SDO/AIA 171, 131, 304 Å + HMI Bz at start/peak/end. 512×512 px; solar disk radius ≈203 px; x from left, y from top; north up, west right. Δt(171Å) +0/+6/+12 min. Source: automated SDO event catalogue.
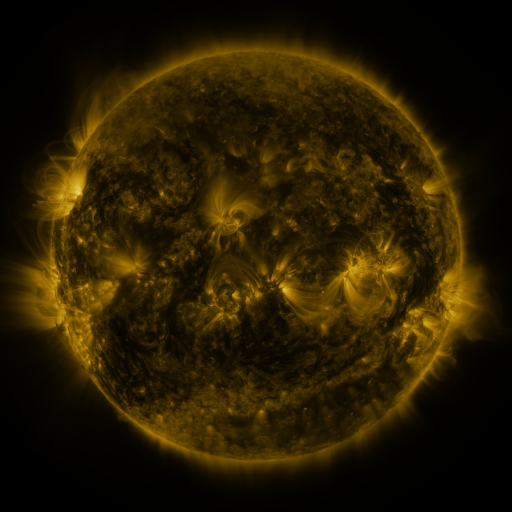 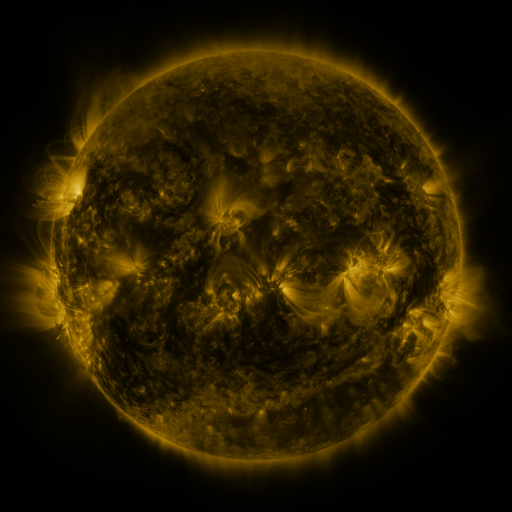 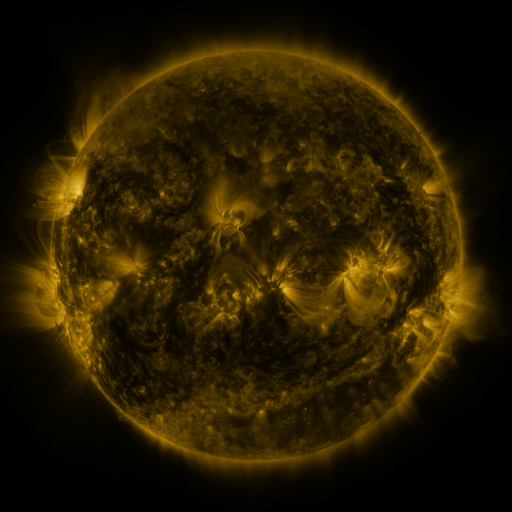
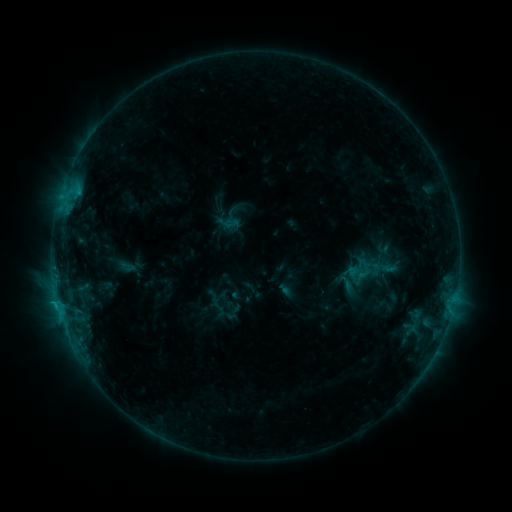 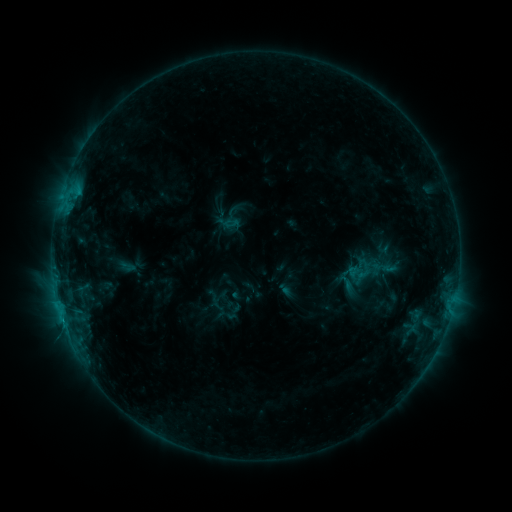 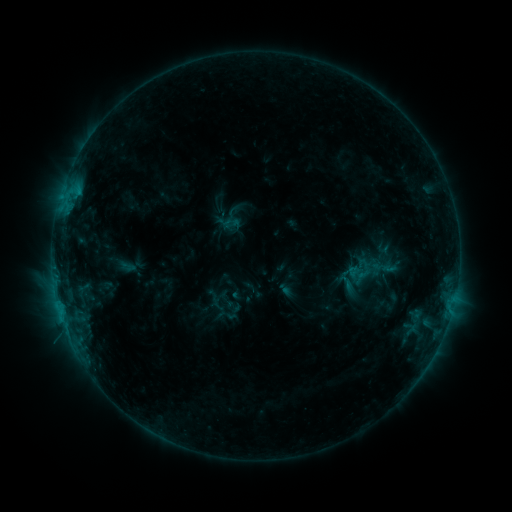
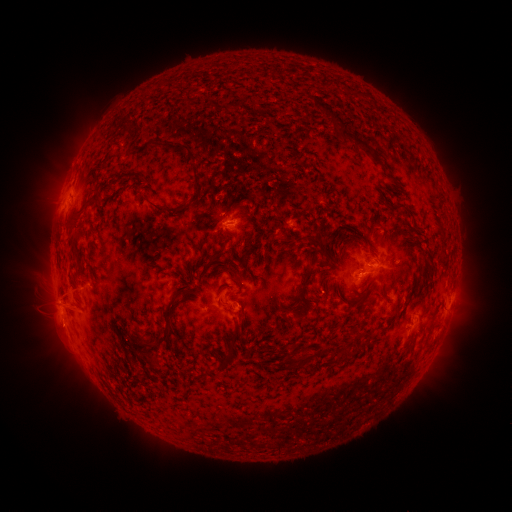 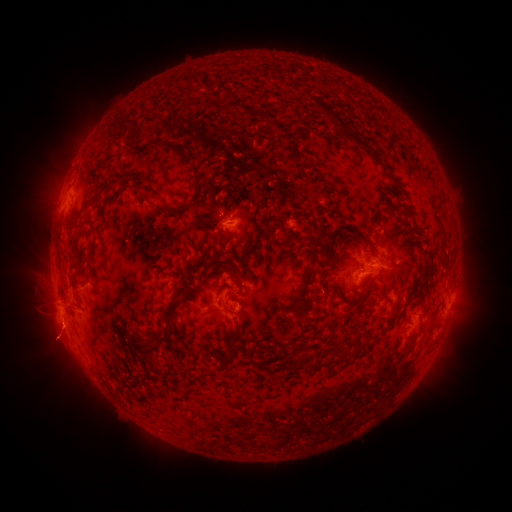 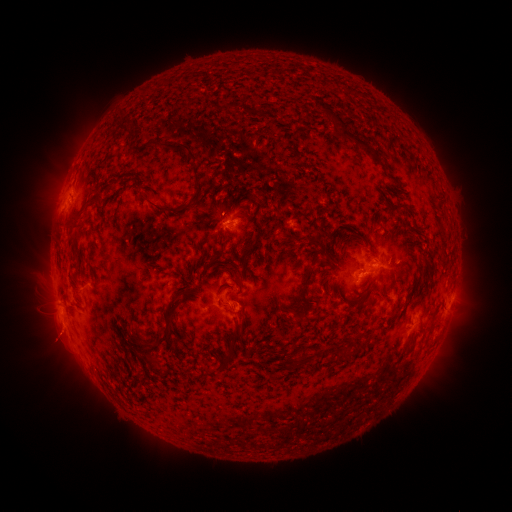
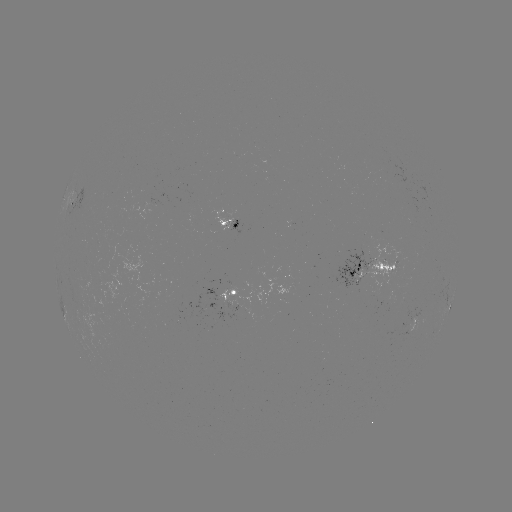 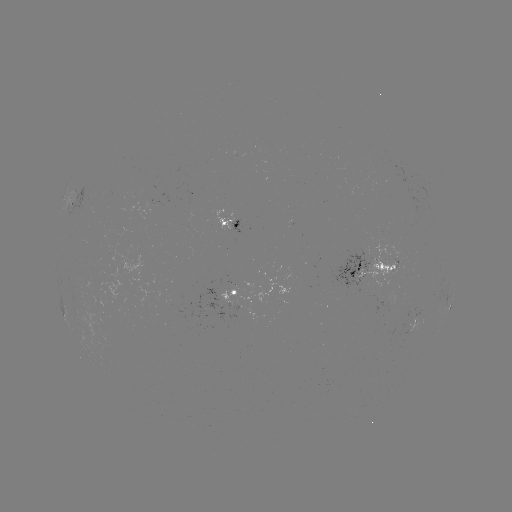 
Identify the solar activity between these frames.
eruption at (58, 339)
